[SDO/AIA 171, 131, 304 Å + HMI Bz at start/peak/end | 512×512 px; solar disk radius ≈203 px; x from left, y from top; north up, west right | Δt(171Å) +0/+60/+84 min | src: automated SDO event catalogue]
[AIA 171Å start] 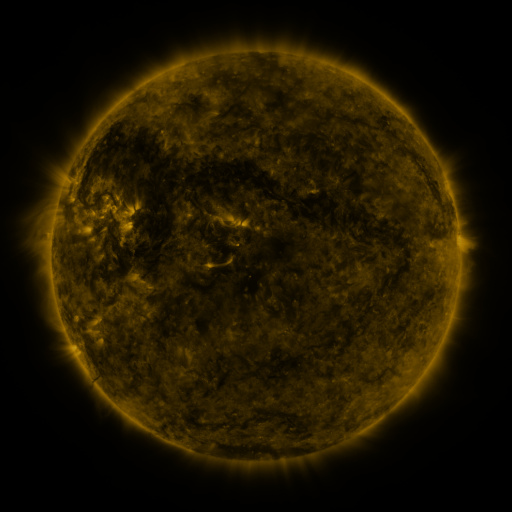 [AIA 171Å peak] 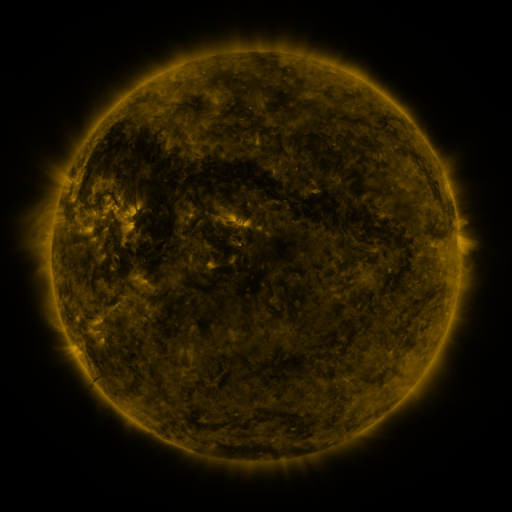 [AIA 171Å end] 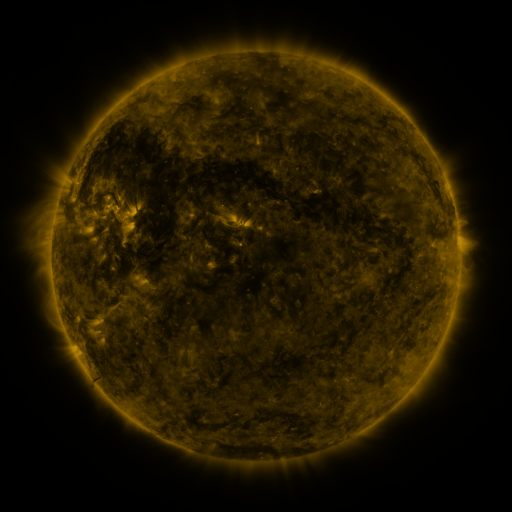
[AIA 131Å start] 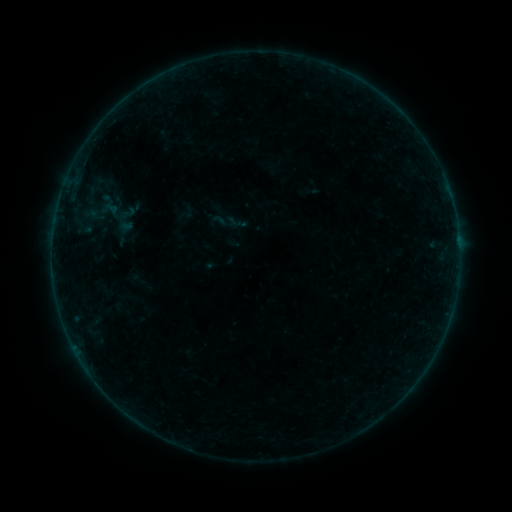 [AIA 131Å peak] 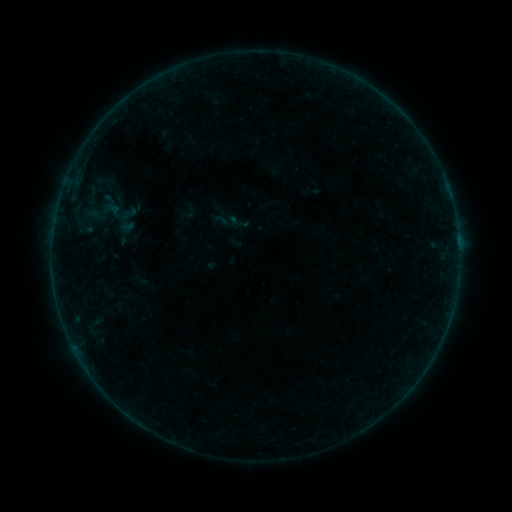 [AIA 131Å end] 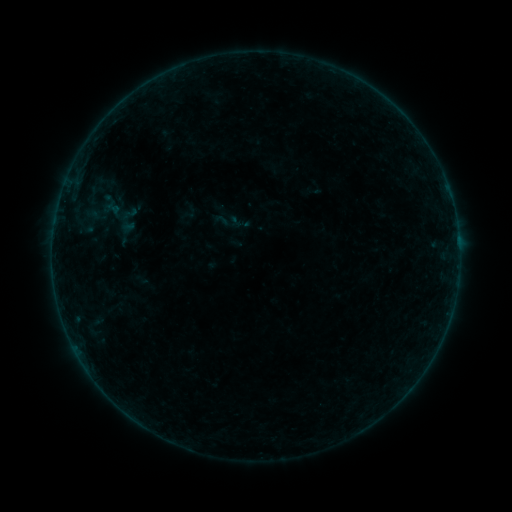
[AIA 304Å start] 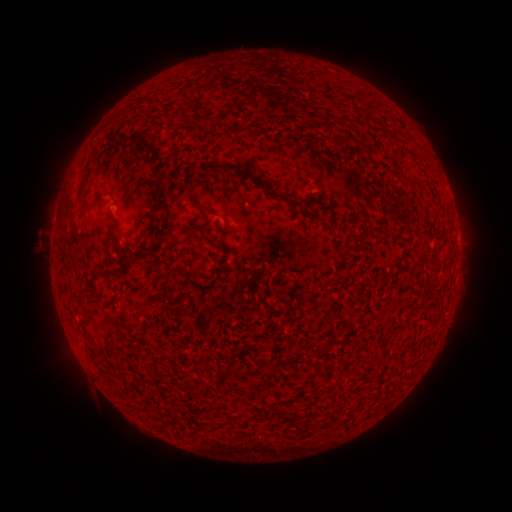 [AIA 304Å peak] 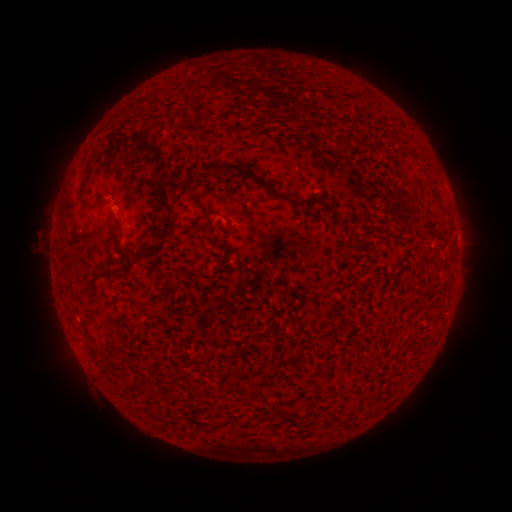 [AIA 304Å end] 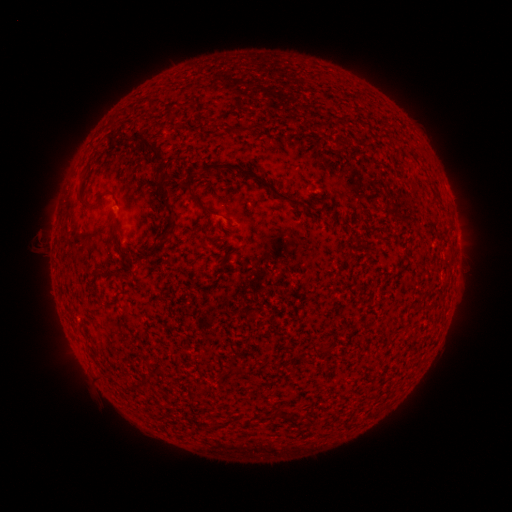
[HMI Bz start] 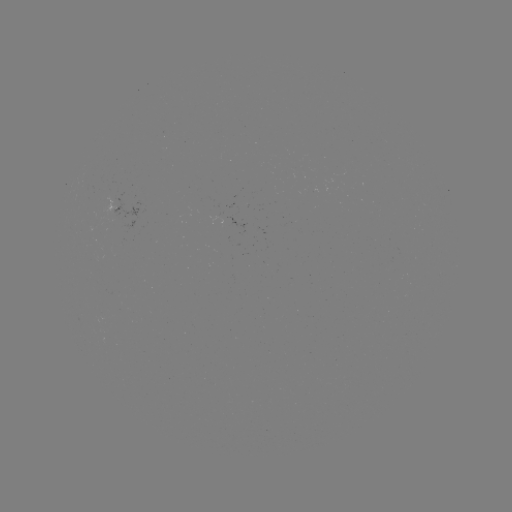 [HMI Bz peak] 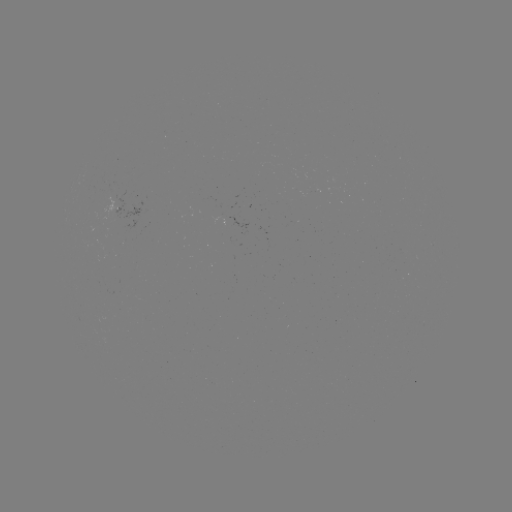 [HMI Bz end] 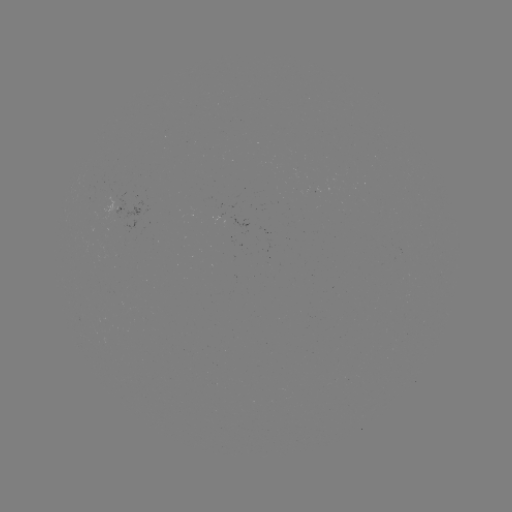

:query emerging-flux region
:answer (105, 197)